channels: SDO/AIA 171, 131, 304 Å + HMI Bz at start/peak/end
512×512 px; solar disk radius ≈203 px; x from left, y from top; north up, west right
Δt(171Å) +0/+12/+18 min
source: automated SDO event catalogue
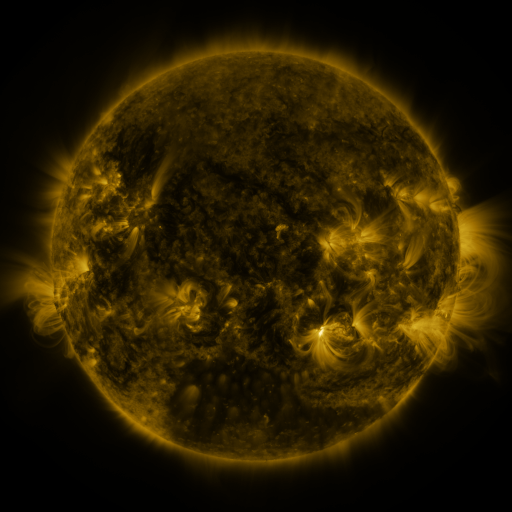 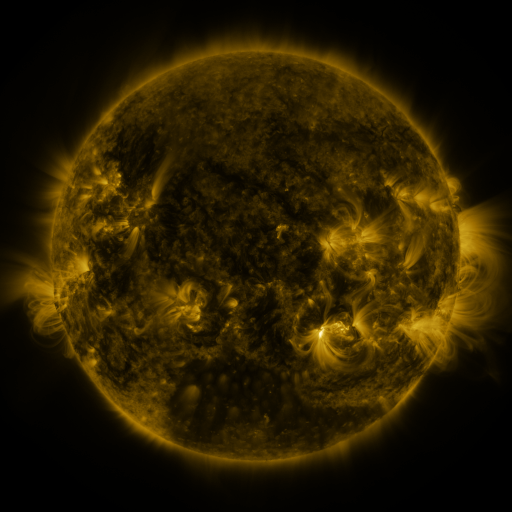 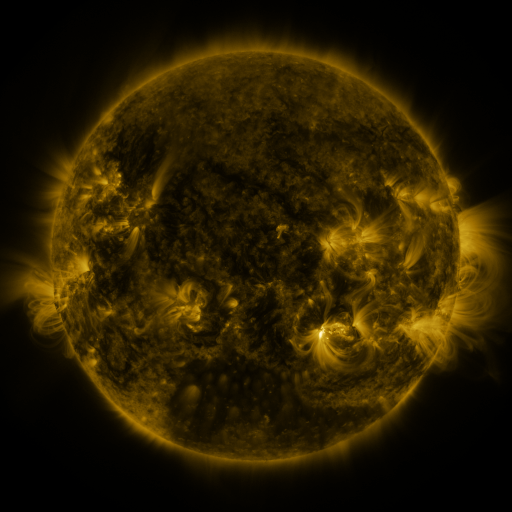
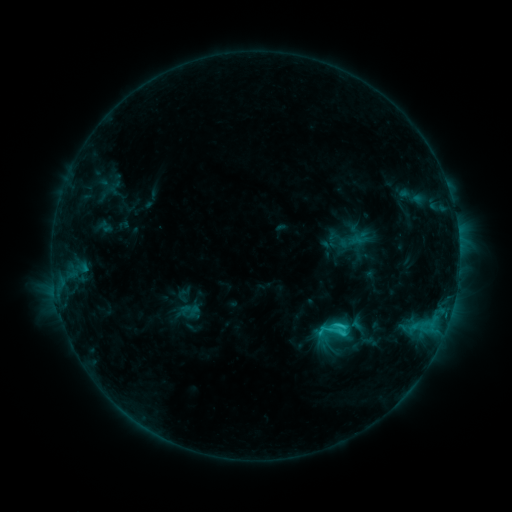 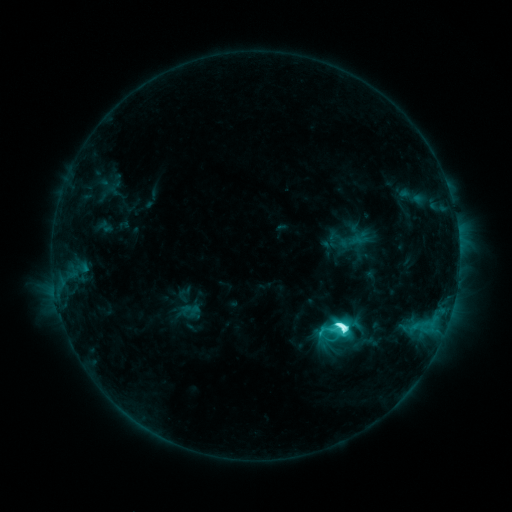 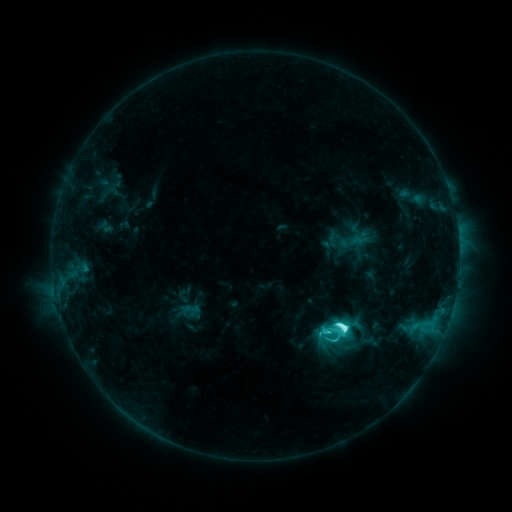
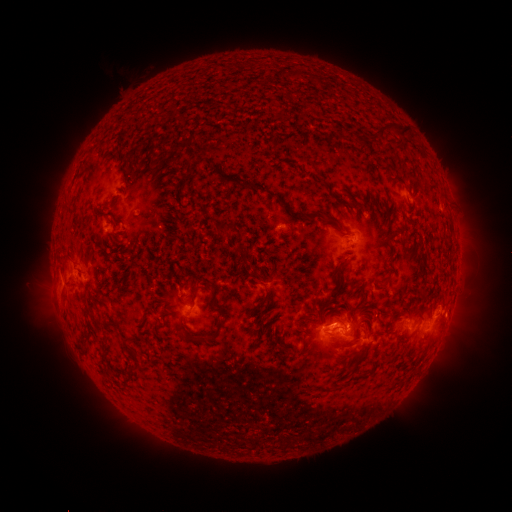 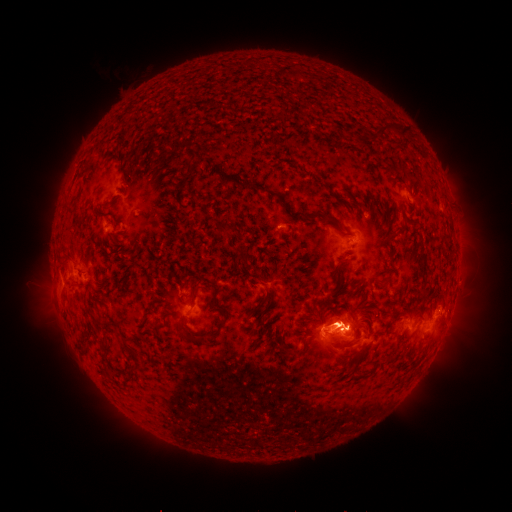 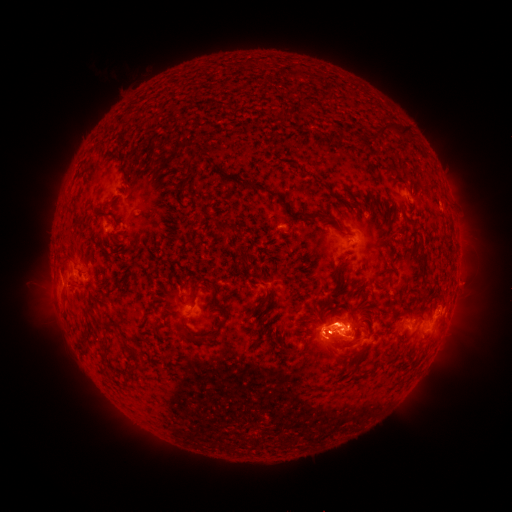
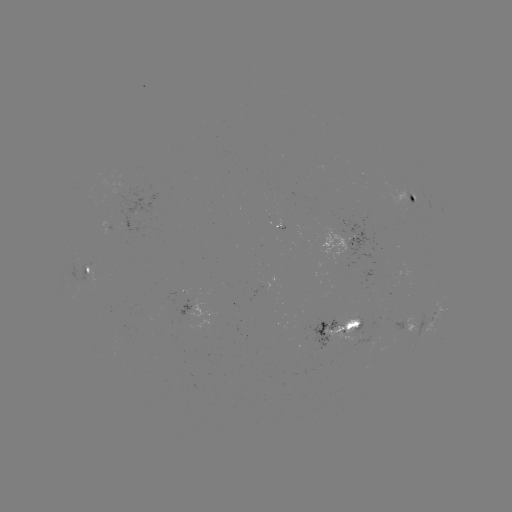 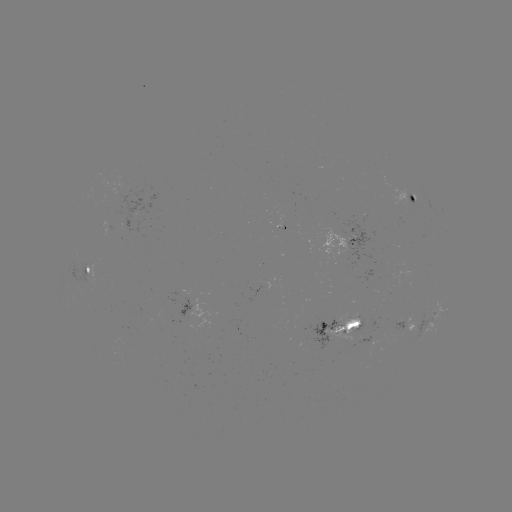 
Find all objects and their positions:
M1.3 flare: (337, 323)
